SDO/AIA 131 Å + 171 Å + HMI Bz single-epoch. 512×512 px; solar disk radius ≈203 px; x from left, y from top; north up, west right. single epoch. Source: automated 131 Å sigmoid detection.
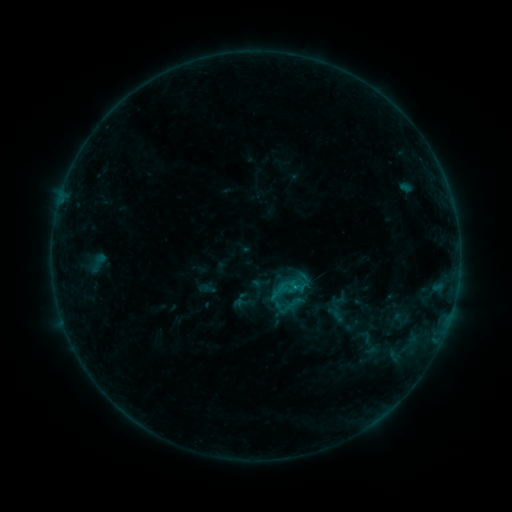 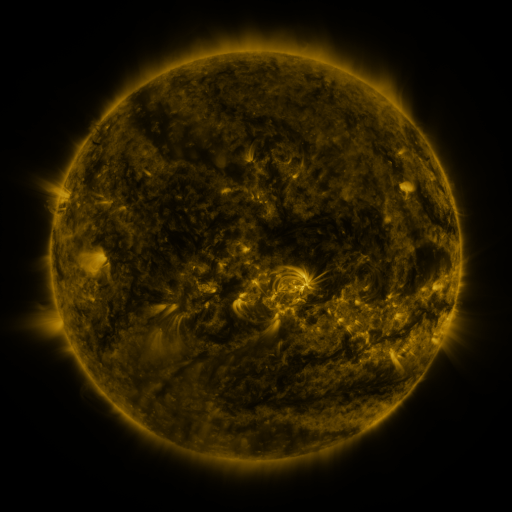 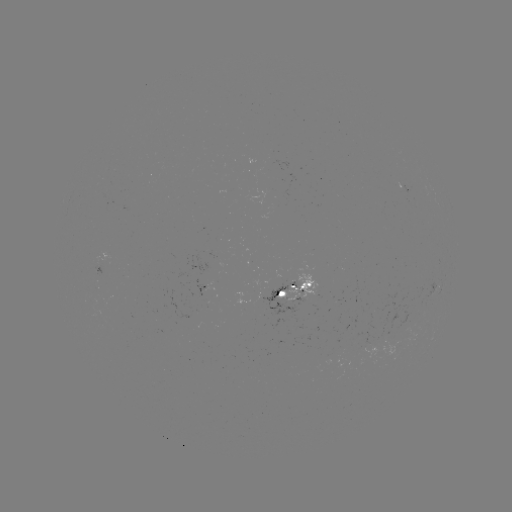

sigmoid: <bbox>279, 292, 303, 316</bbox>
